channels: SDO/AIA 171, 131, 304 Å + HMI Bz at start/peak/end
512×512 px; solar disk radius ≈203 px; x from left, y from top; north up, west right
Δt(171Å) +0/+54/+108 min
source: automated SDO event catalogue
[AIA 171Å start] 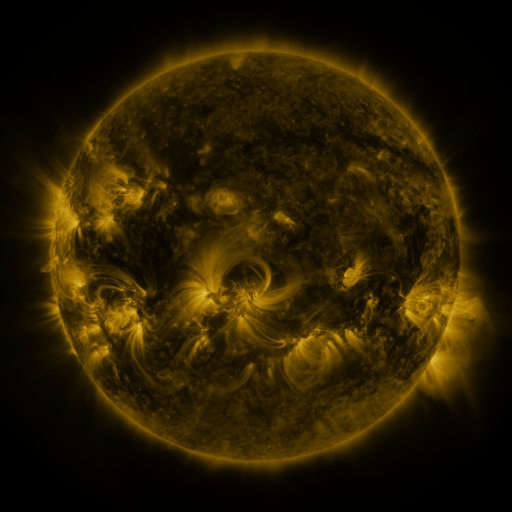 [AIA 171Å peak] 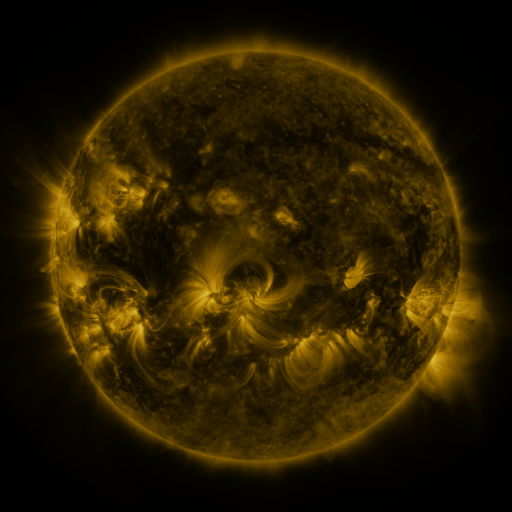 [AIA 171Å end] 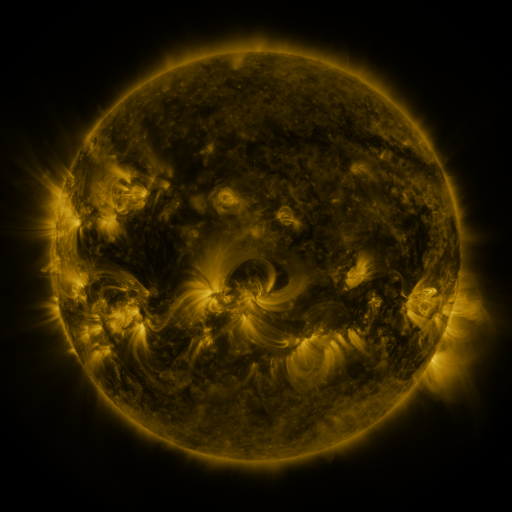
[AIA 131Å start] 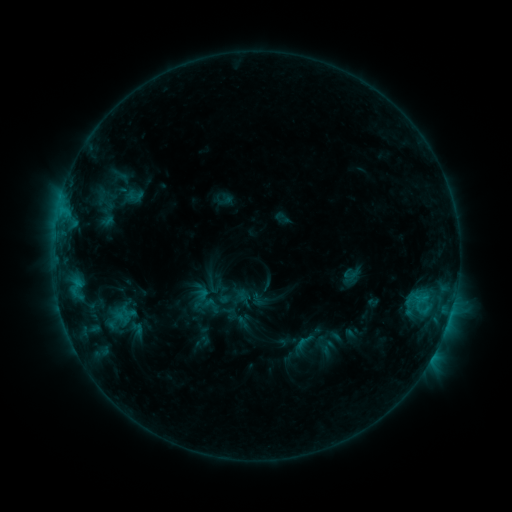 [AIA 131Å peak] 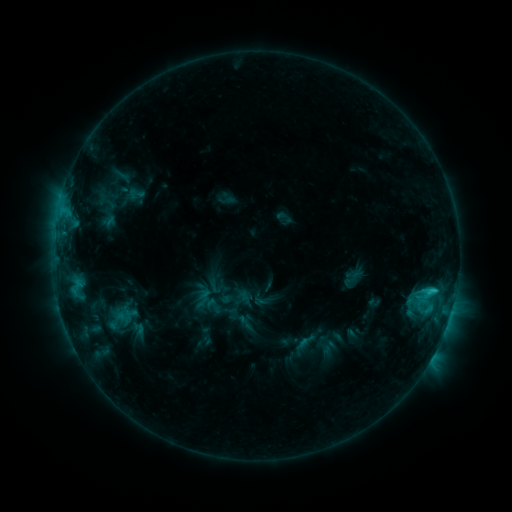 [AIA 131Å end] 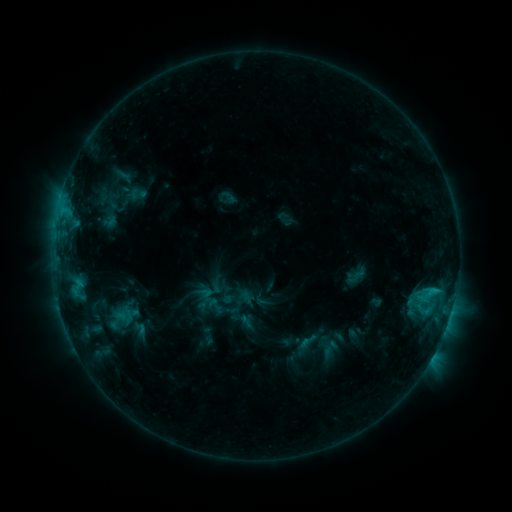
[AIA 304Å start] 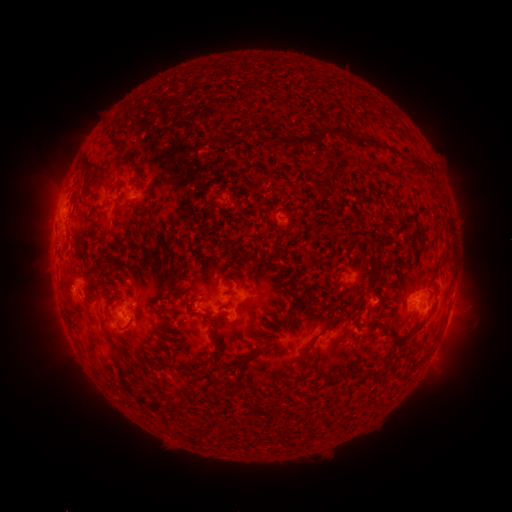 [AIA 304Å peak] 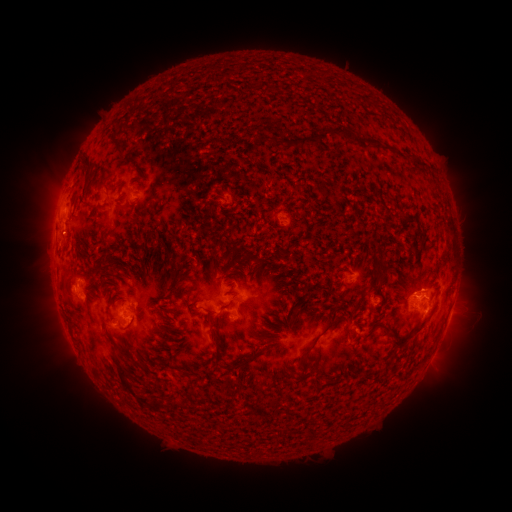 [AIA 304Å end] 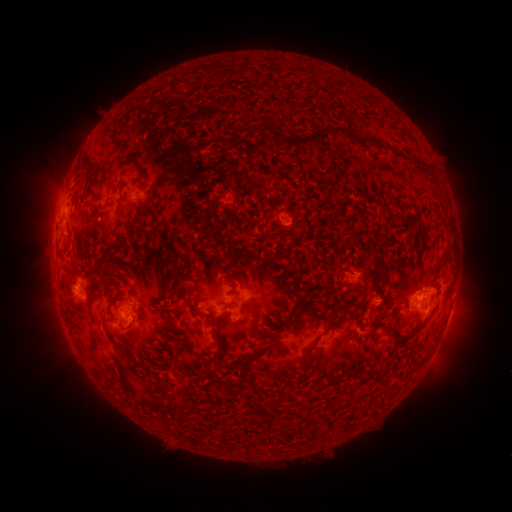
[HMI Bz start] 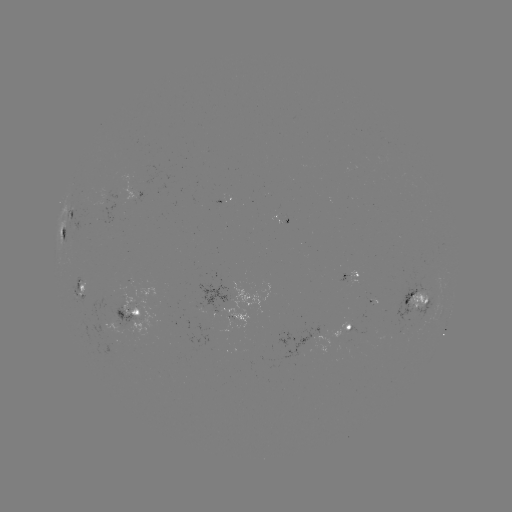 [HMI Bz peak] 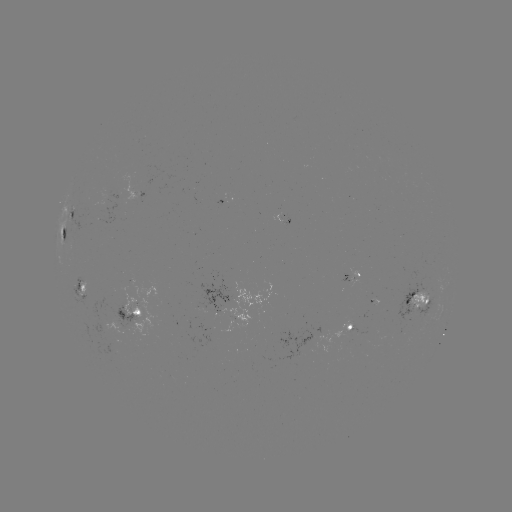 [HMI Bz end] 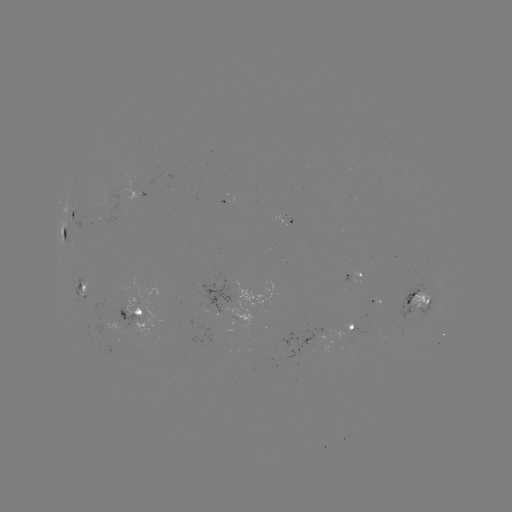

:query C2.0 flare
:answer (433, 290)